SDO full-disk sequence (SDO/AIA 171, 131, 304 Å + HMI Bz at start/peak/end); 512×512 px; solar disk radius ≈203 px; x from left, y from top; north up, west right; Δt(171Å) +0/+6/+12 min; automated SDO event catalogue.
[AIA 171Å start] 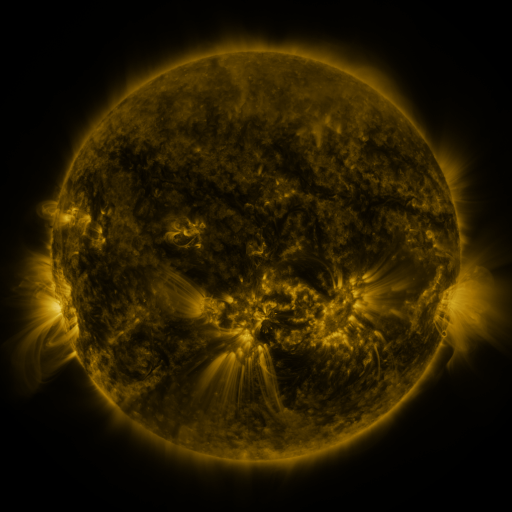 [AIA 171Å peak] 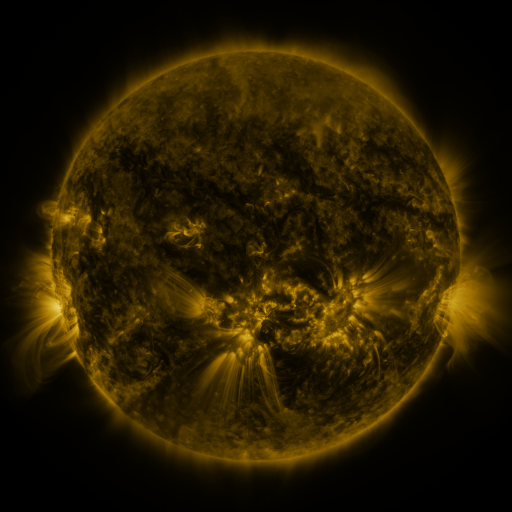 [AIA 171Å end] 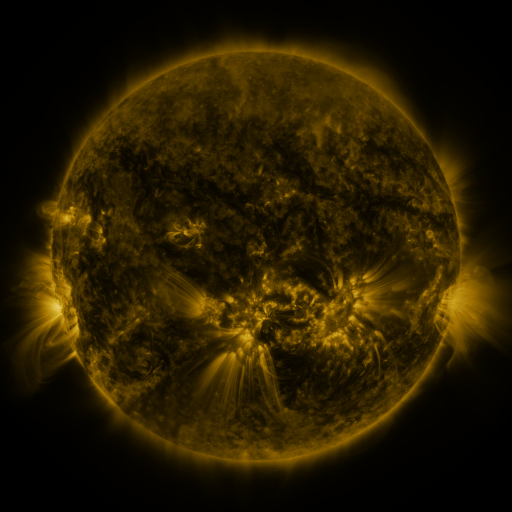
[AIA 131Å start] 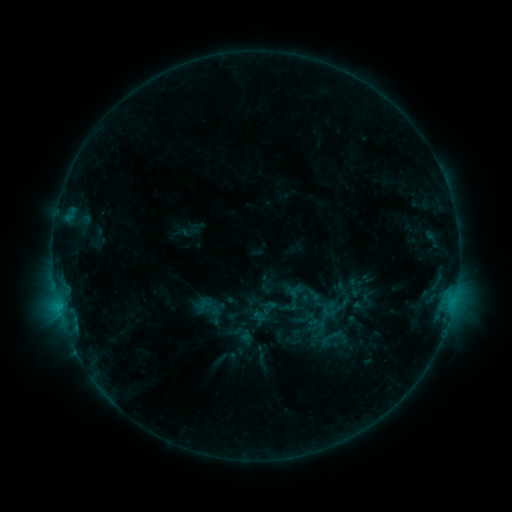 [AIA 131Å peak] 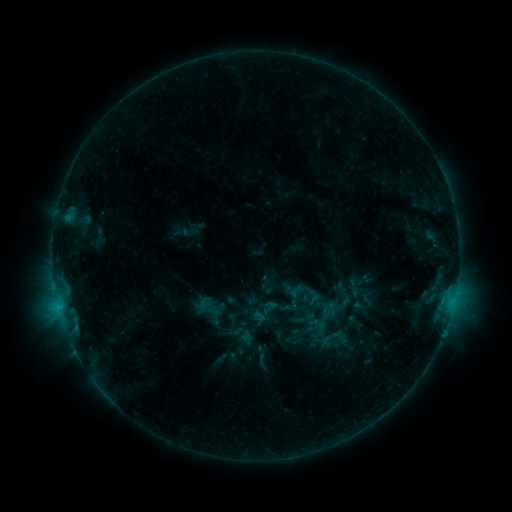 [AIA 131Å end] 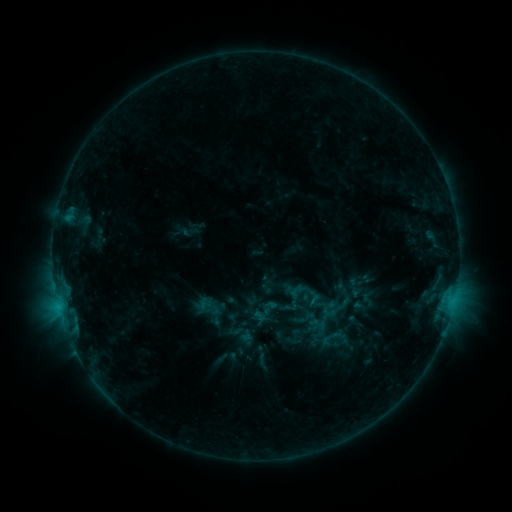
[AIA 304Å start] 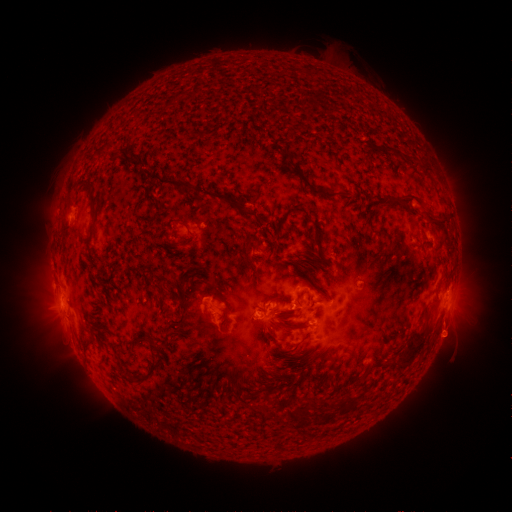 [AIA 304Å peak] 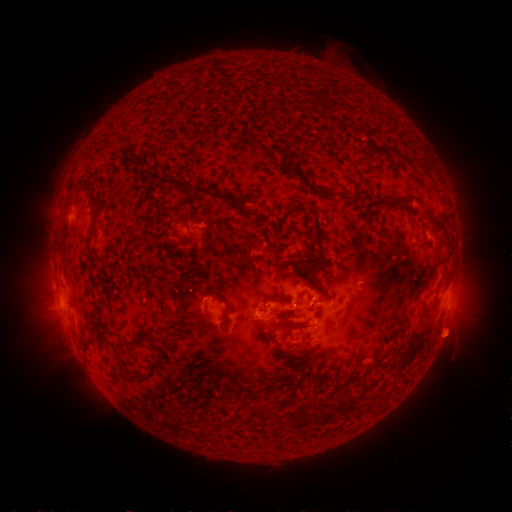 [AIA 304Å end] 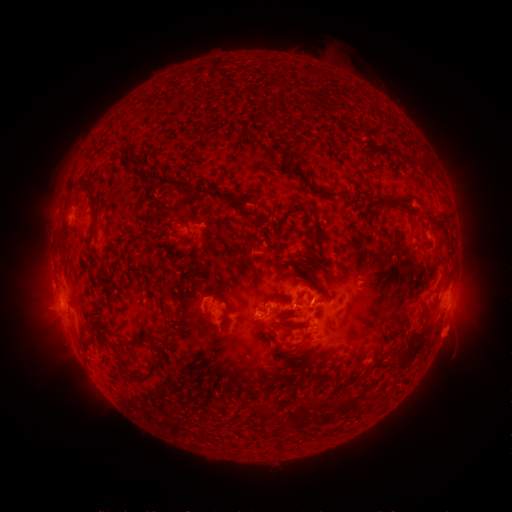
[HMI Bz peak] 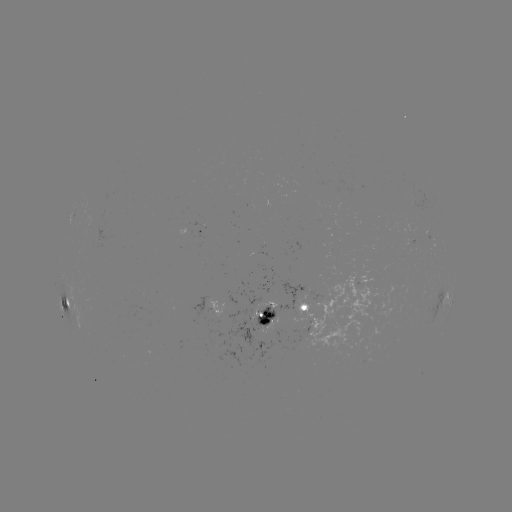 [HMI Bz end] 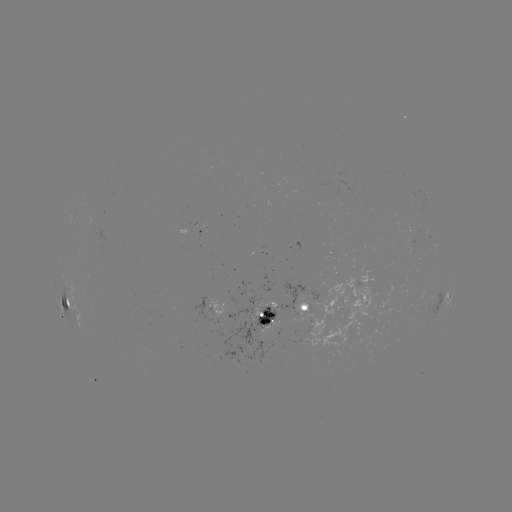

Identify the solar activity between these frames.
no catalogued flare and no flagged EUV brightening in this window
